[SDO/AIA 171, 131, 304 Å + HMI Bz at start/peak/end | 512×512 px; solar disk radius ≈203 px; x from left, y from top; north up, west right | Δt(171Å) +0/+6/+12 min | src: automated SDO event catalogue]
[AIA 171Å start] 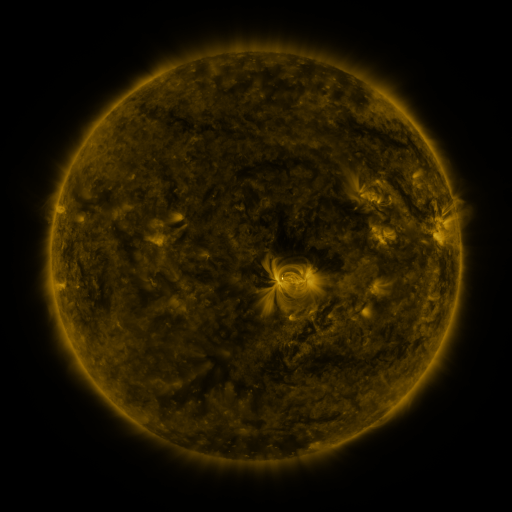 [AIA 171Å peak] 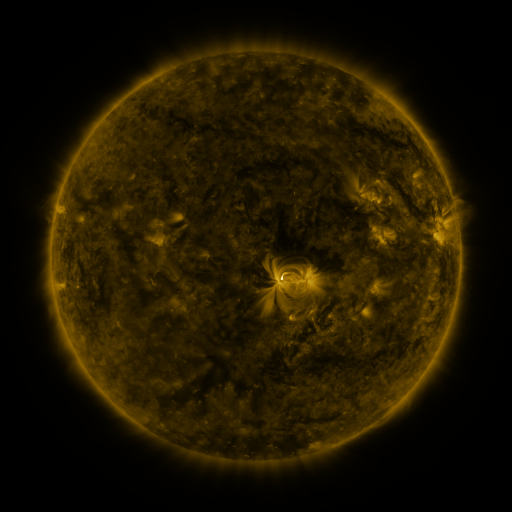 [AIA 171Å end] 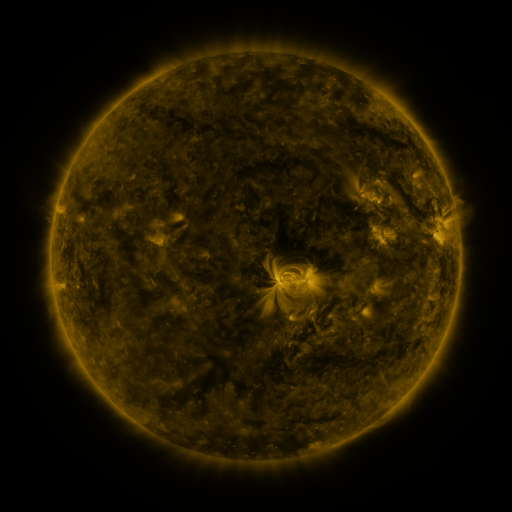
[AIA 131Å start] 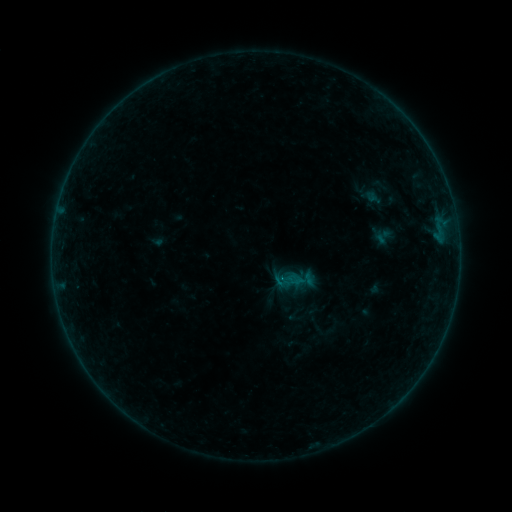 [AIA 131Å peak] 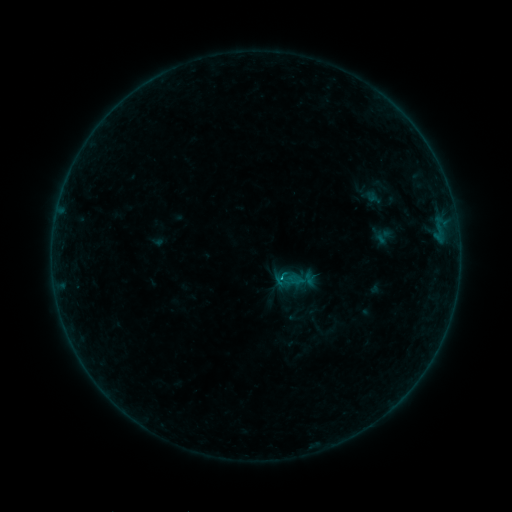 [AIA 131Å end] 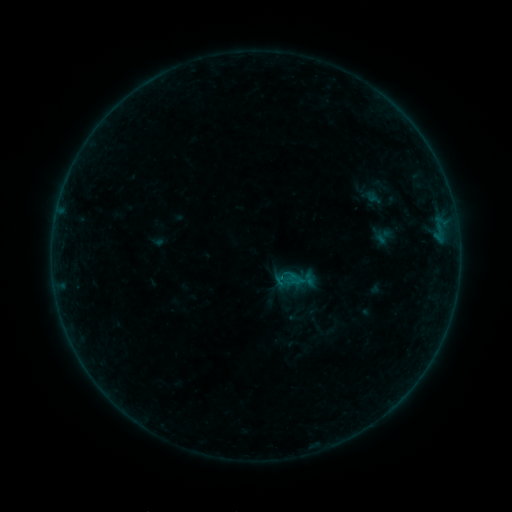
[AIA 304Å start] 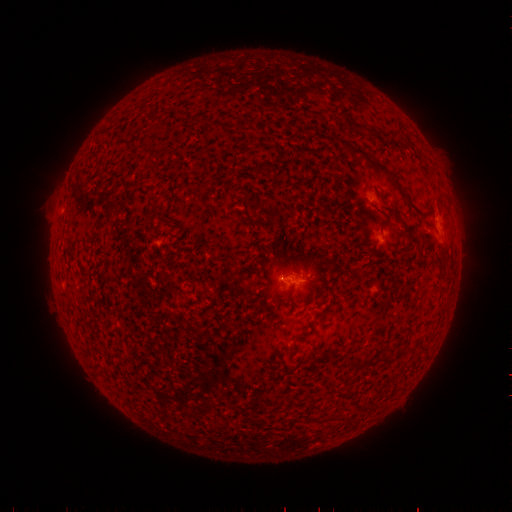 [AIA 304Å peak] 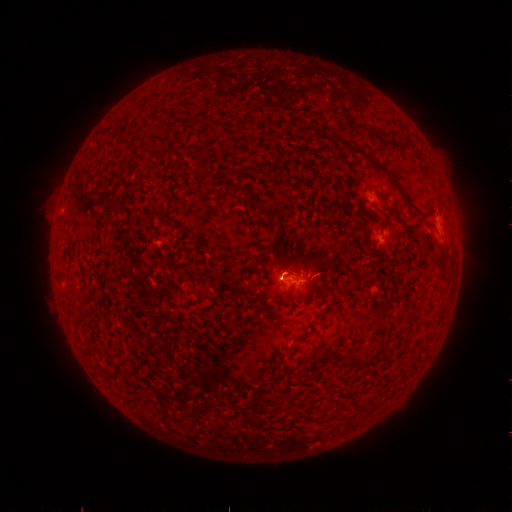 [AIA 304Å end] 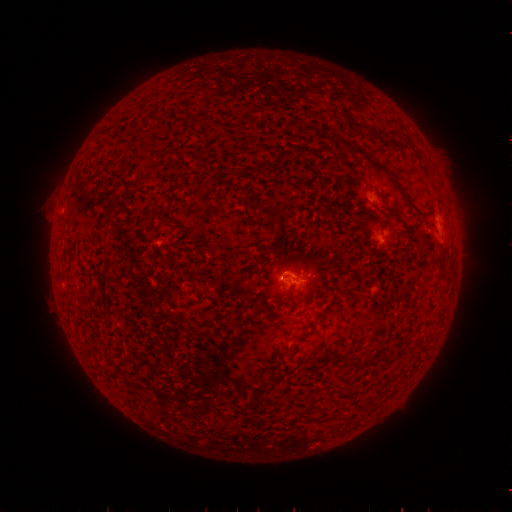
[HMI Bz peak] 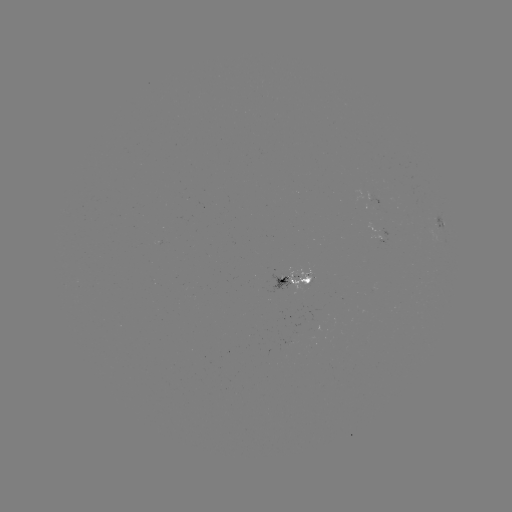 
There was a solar flare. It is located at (277, 275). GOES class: B2.8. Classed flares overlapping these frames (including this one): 1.